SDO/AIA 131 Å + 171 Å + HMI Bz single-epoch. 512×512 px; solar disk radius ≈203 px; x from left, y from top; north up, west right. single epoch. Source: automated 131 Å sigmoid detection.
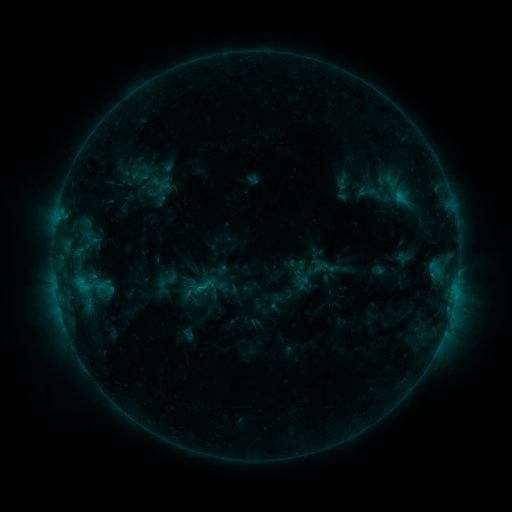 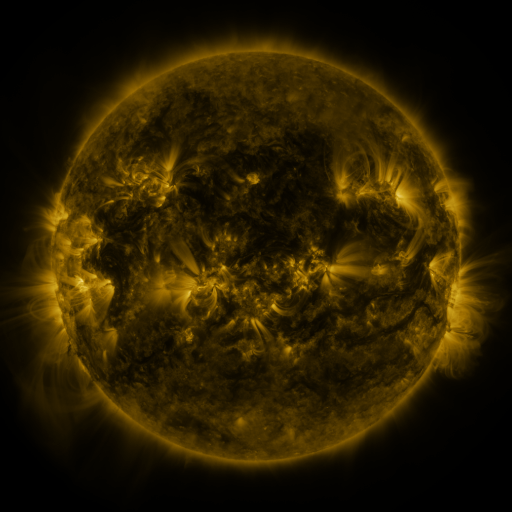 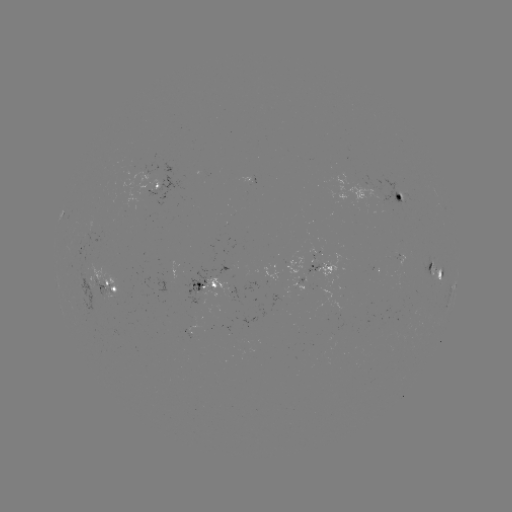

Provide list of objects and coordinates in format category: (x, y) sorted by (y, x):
sigmoid: (400, 197)
sigmoid: (203, 286)
